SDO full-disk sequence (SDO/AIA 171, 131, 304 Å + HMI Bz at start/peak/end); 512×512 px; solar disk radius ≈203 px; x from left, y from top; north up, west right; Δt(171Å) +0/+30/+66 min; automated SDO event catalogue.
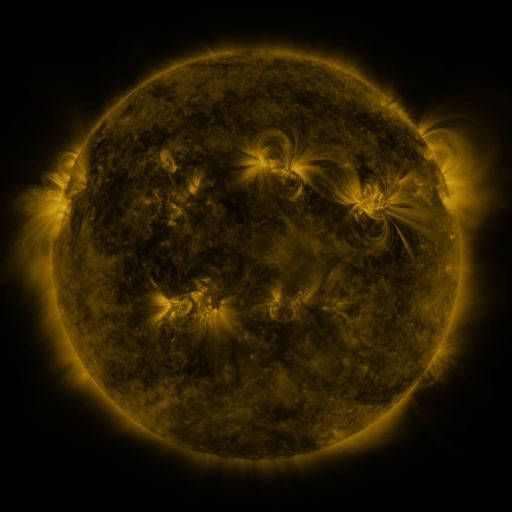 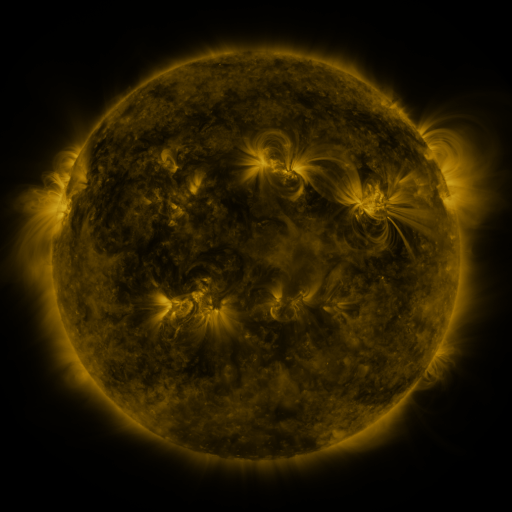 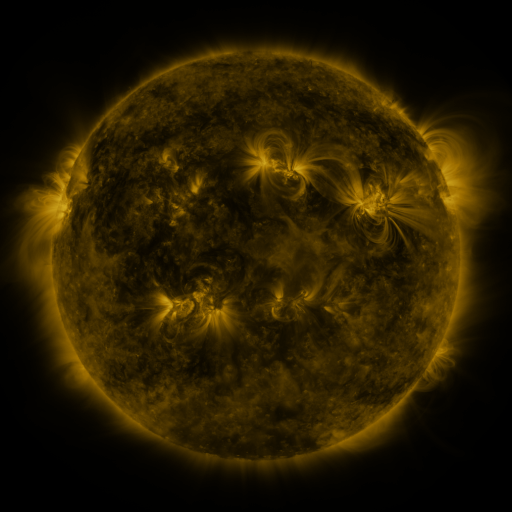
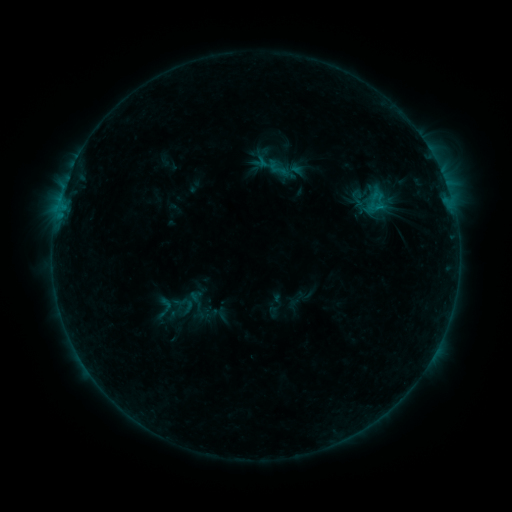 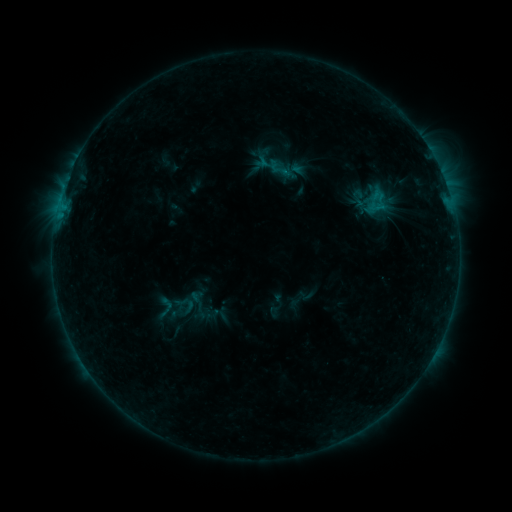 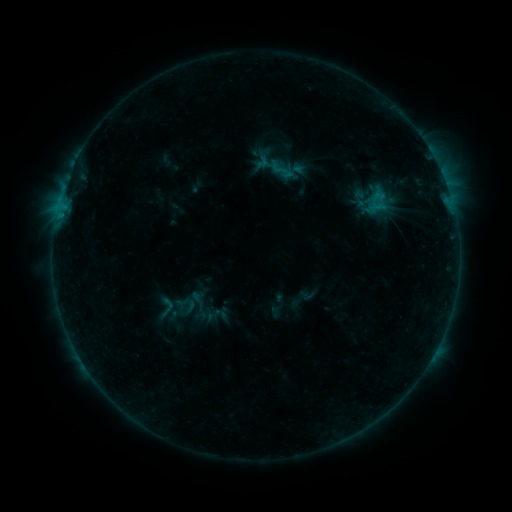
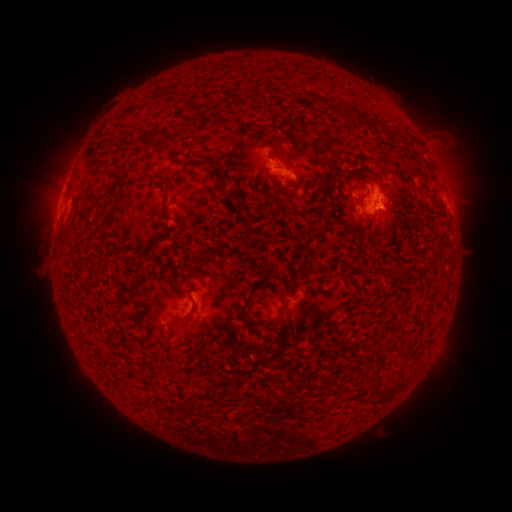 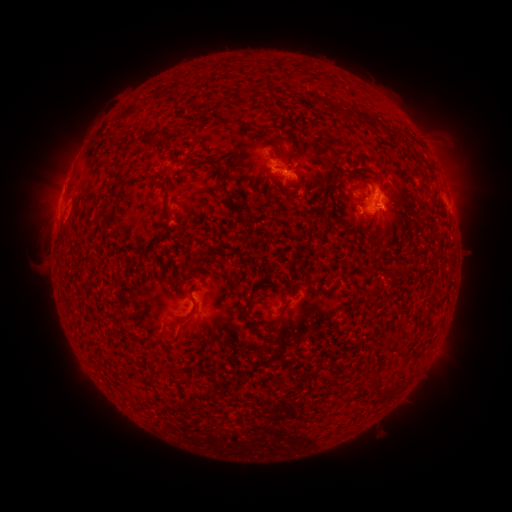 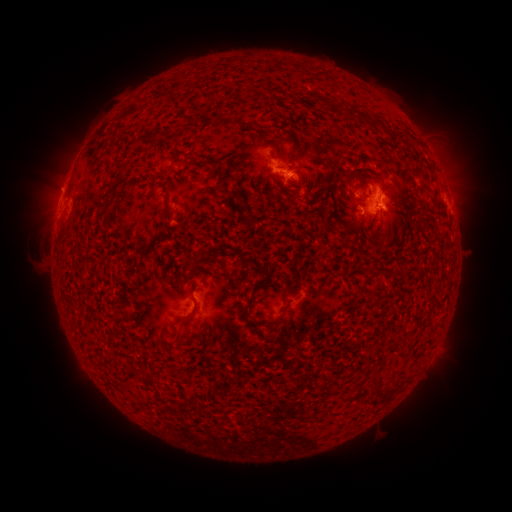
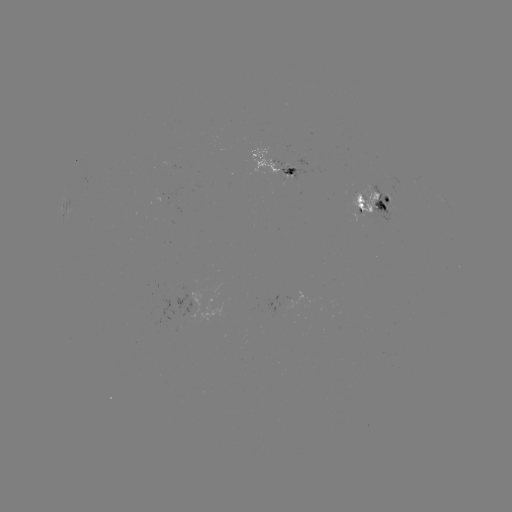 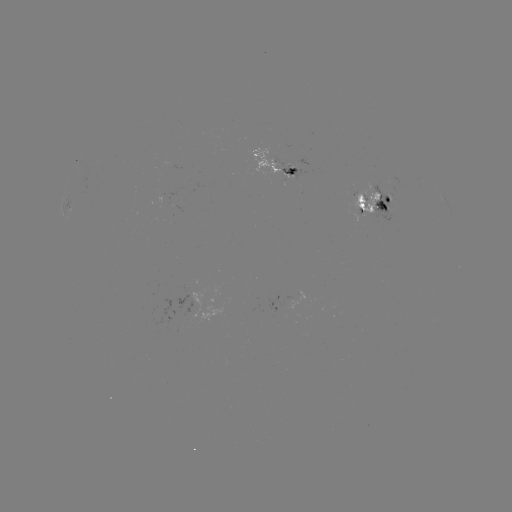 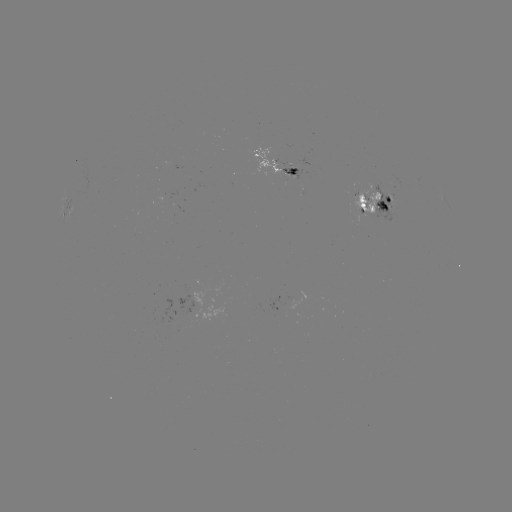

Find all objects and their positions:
emerging-flux region: (293, 301)
